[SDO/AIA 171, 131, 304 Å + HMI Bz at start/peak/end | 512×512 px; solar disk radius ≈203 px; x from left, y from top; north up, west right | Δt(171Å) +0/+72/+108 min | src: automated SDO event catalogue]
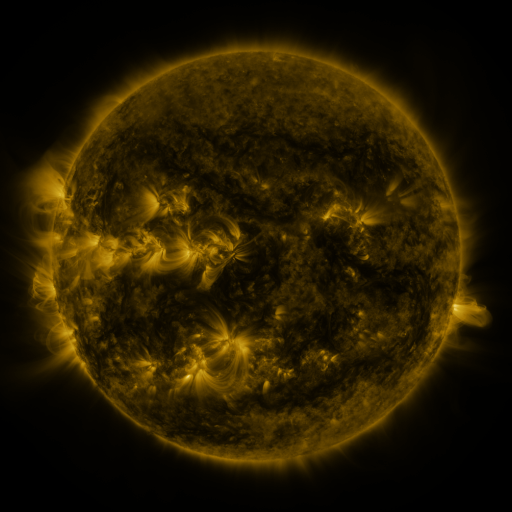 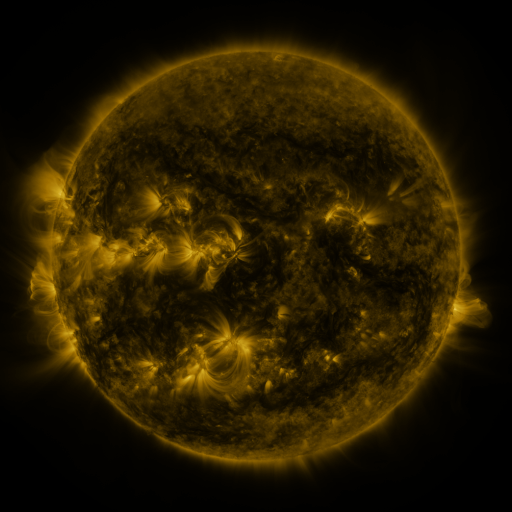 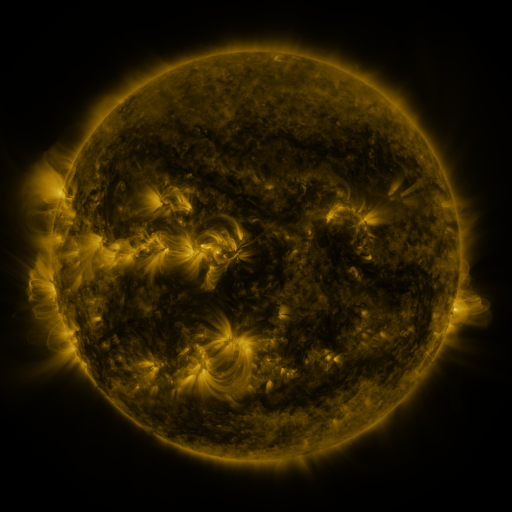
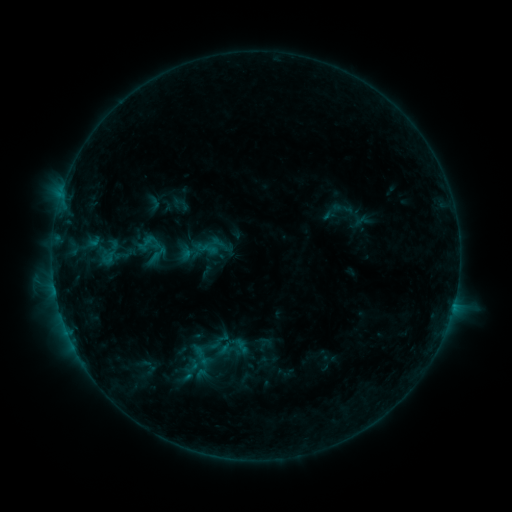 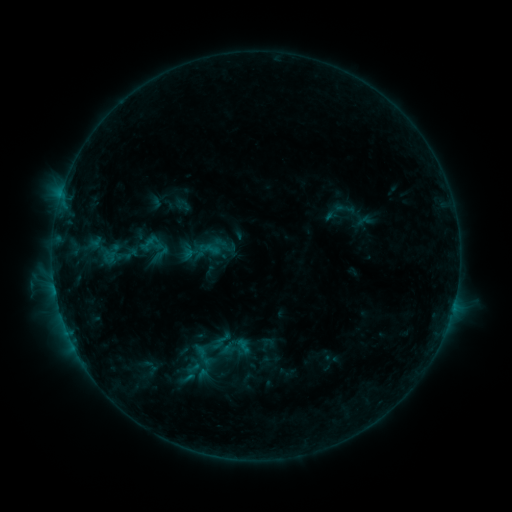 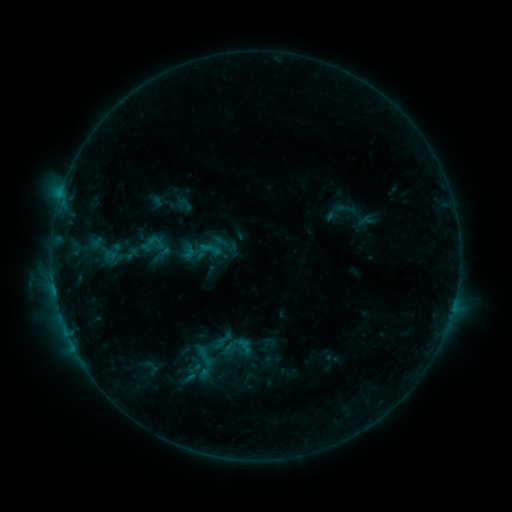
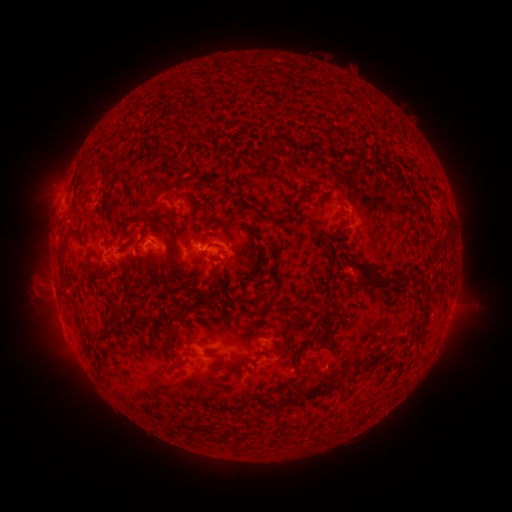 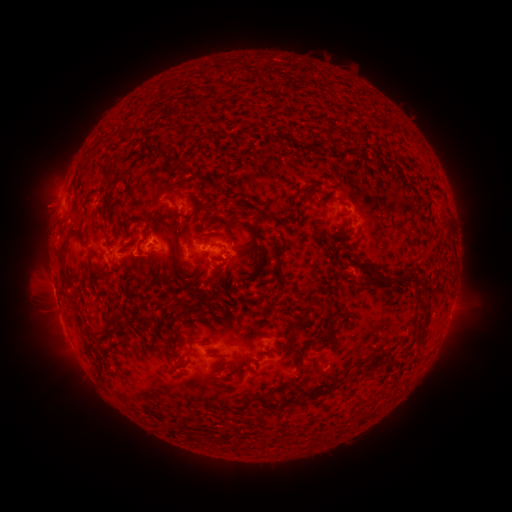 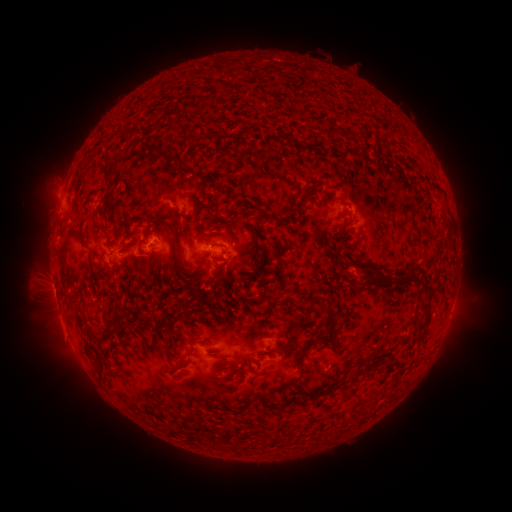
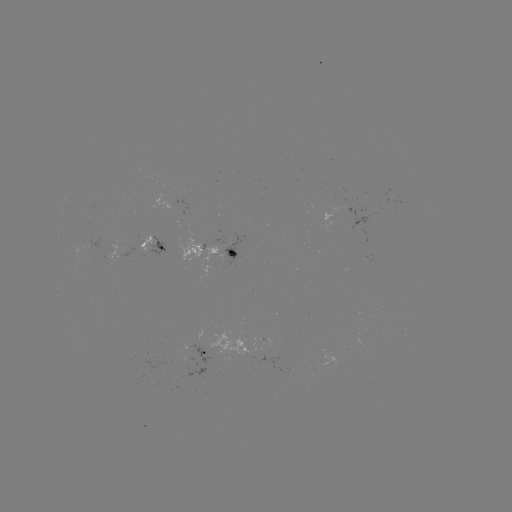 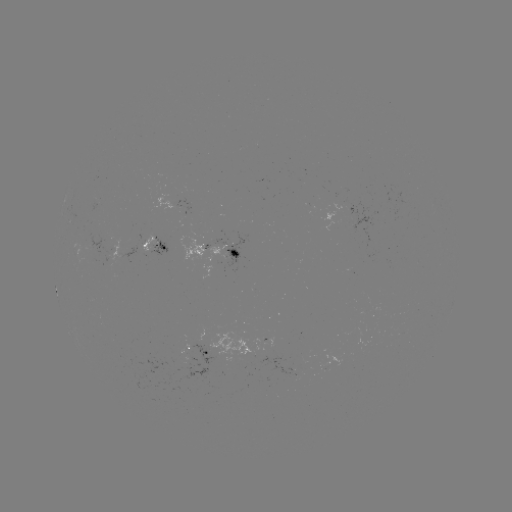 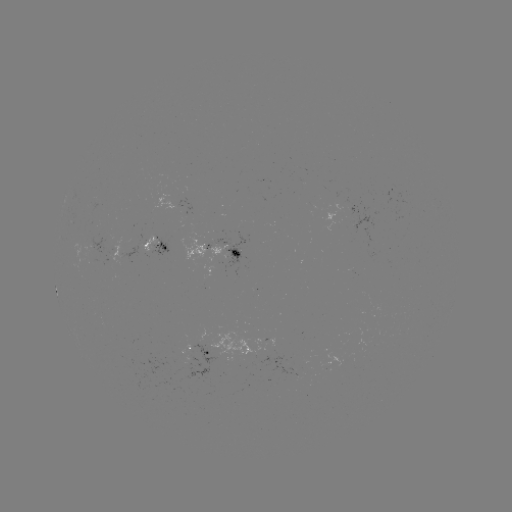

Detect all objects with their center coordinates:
emerging-flux region: (178, 366)
